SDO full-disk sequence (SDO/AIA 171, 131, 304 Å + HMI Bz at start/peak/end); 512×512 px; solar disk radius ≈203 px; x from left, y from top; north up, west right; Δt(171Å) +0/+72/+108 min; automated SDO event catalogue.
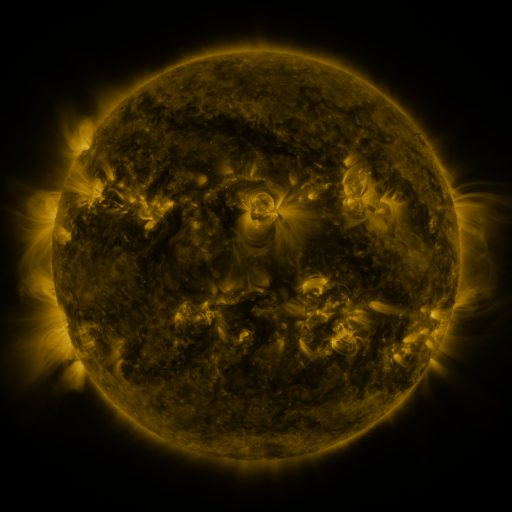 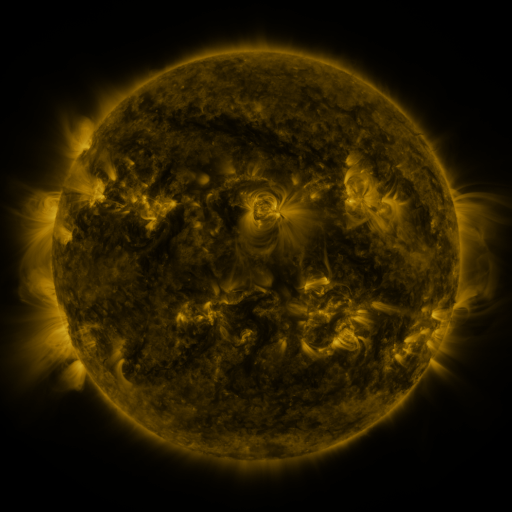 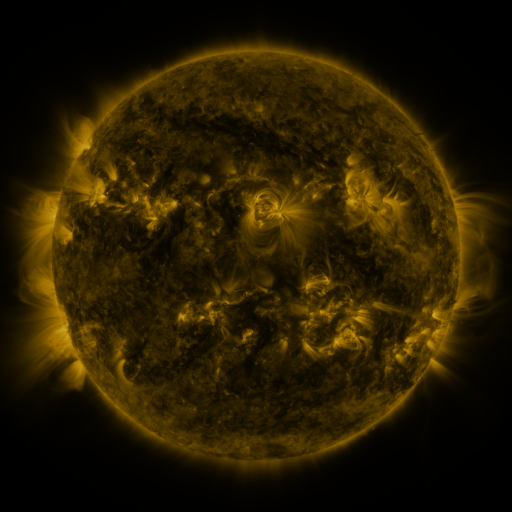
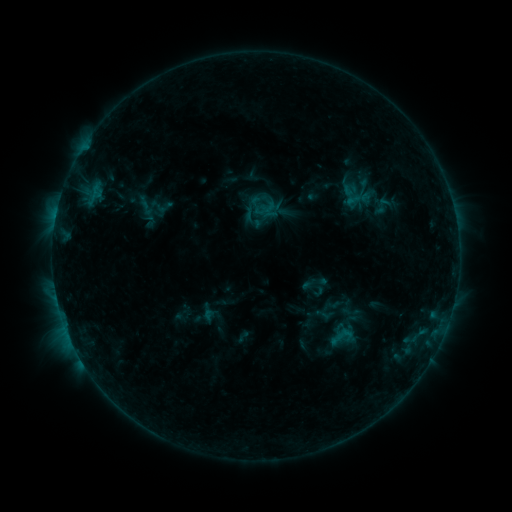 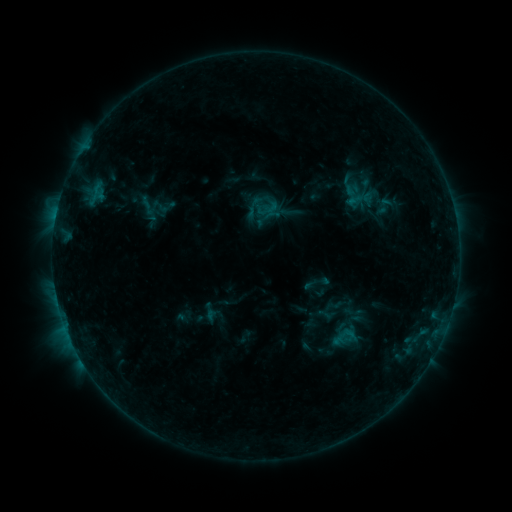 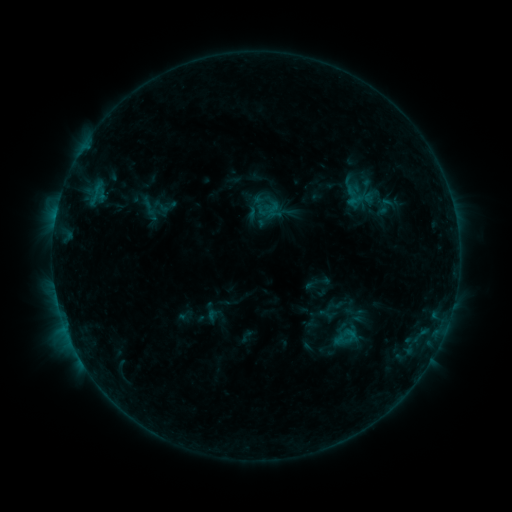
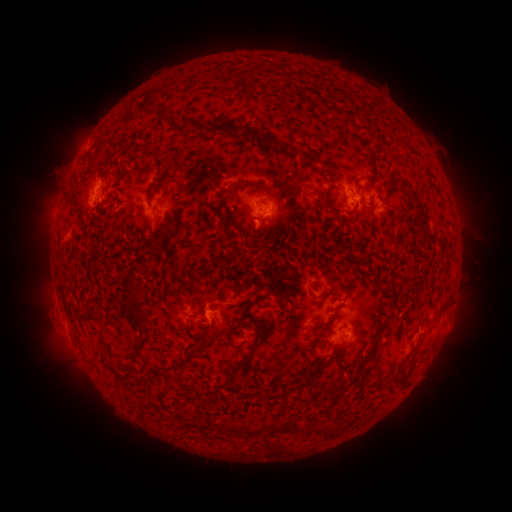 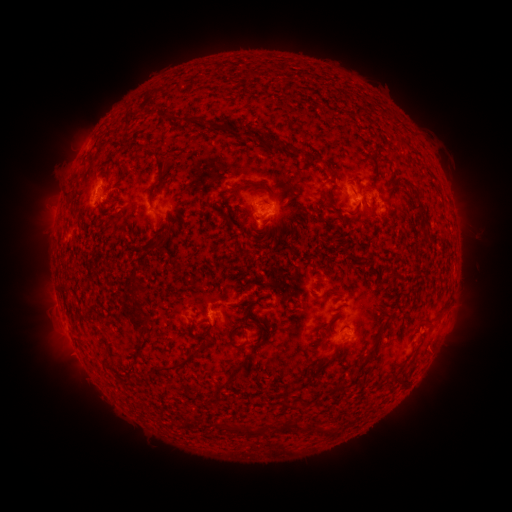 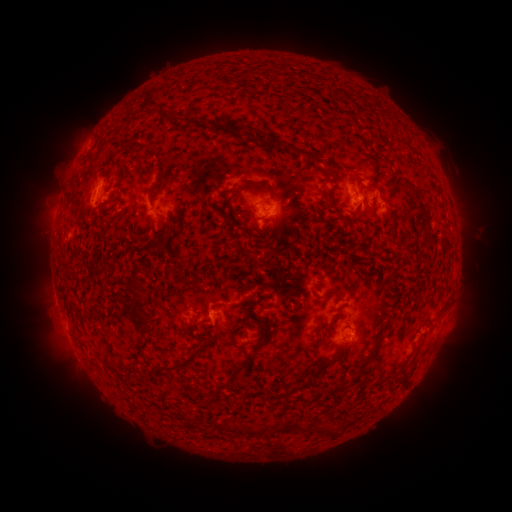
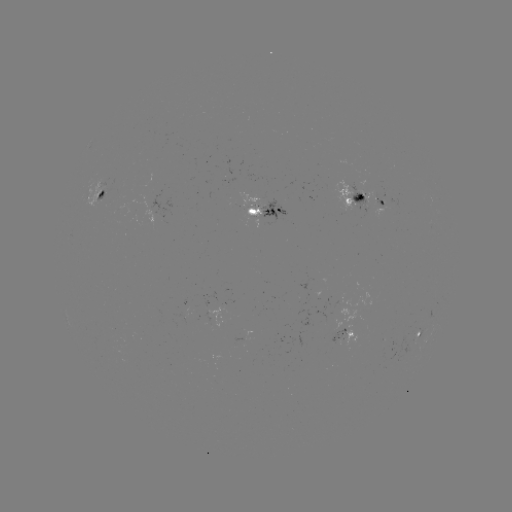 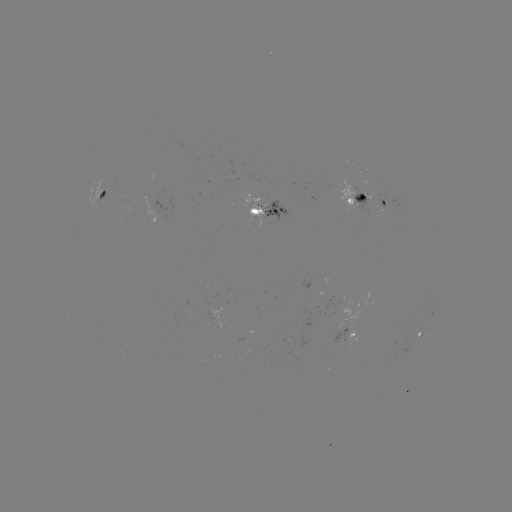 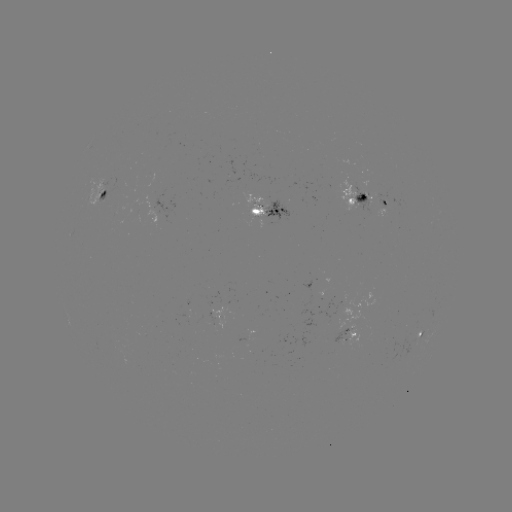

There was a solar emerging-flux region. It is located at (342, 336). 